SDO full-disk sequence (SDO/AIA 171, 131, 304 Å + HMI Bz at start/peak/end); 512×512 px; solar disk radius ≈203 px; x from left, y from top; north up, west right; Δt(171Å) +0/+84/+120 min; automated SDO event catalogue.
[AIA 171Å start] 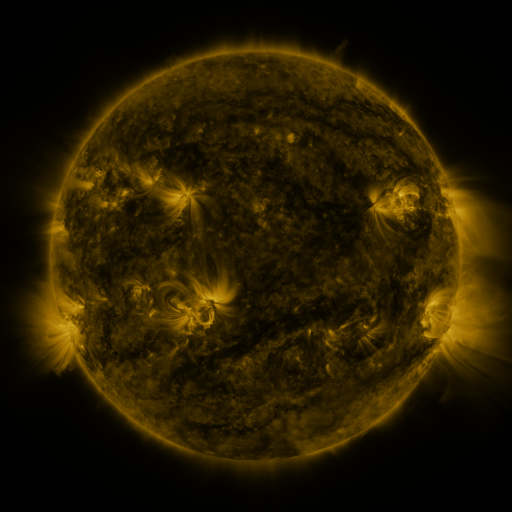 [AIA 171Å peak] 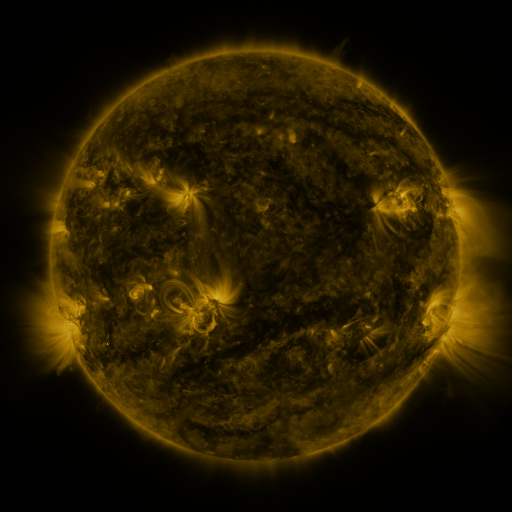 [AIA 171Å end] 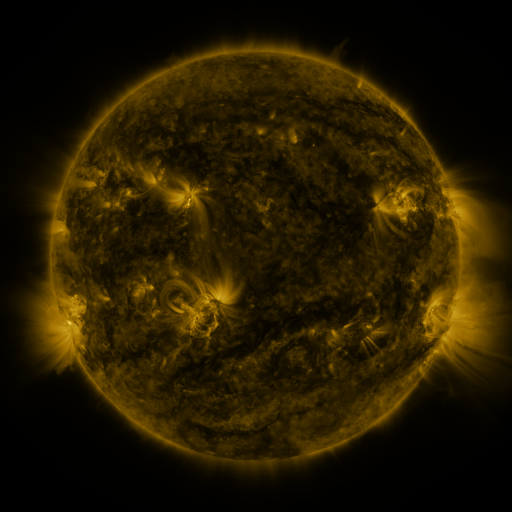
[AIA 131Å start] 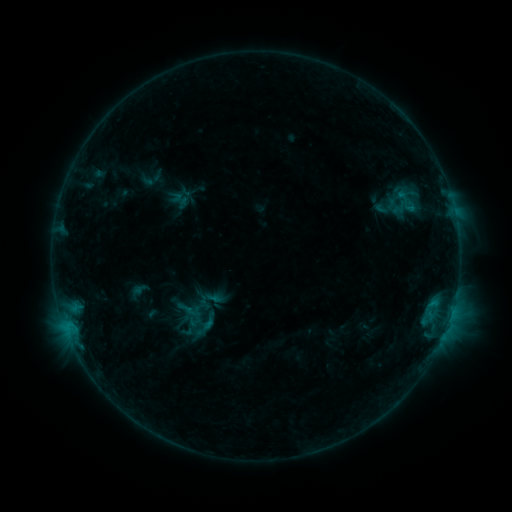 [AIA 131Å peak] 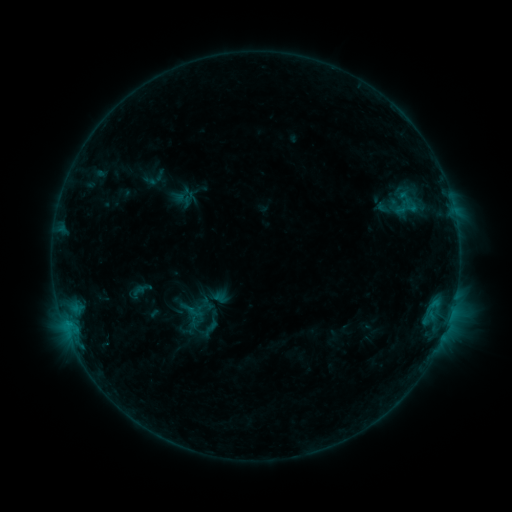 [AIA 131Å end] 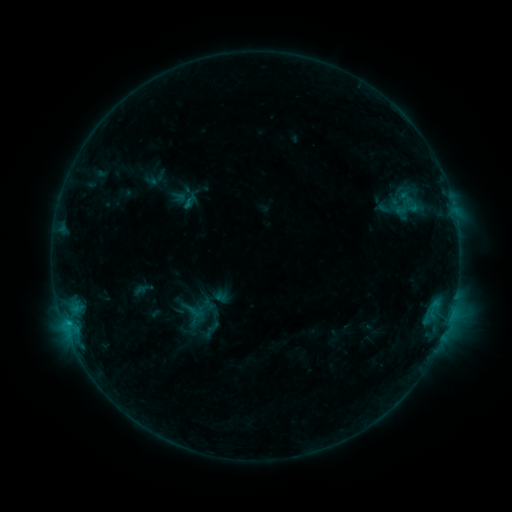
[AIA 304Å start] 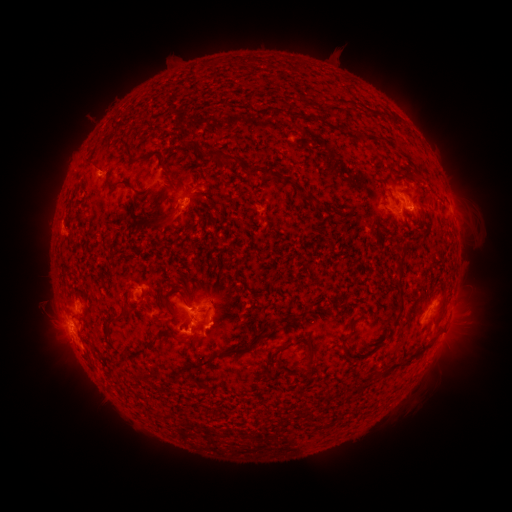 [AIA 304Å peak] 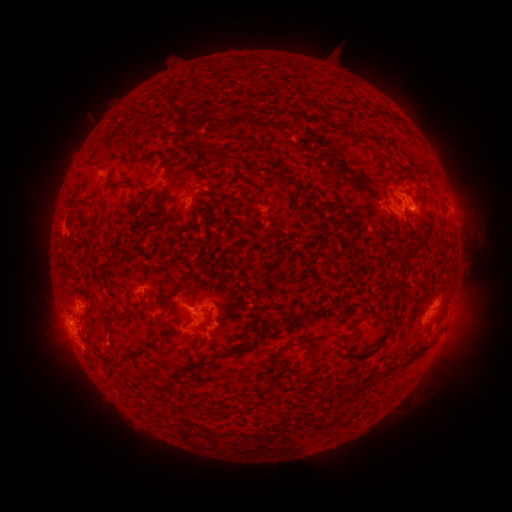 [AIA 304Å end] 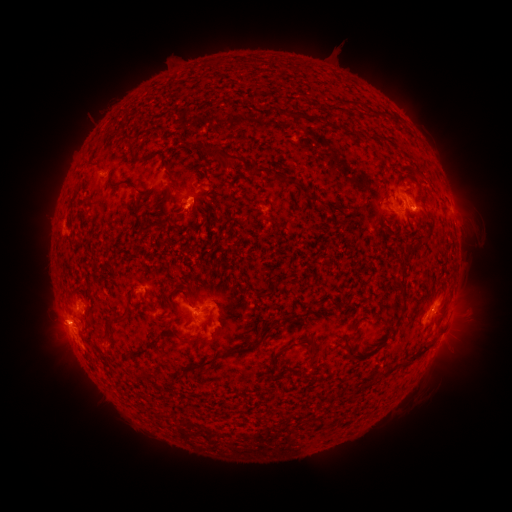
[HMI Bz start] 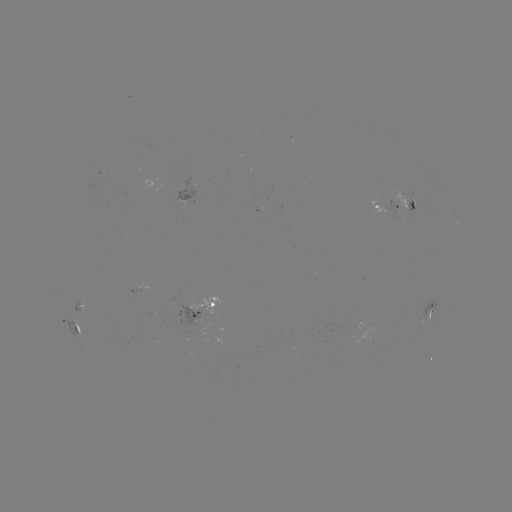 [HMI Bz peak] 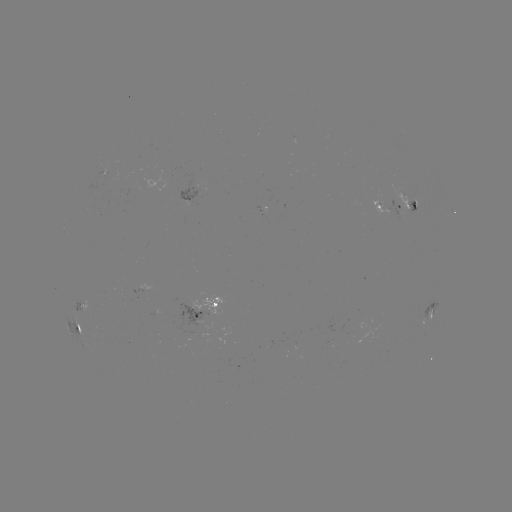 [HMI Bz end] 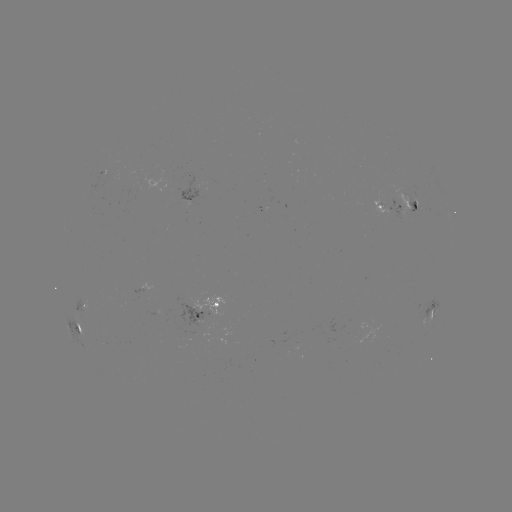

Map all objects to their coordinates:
emerging-flux region: (410, 185)
